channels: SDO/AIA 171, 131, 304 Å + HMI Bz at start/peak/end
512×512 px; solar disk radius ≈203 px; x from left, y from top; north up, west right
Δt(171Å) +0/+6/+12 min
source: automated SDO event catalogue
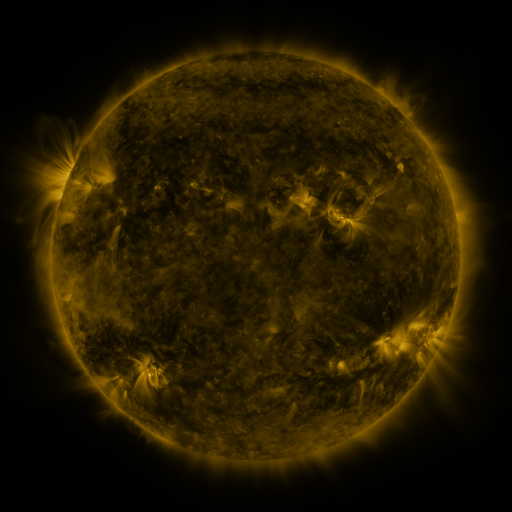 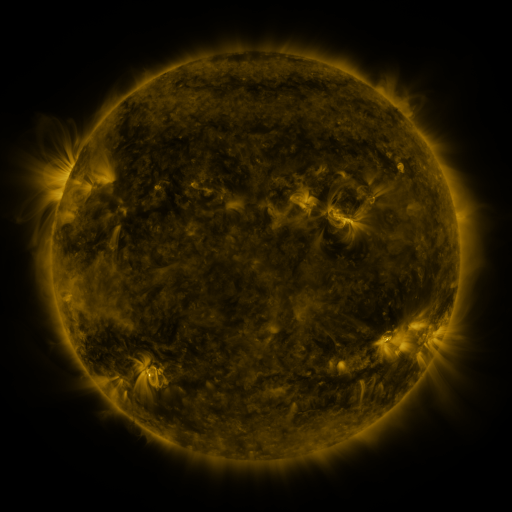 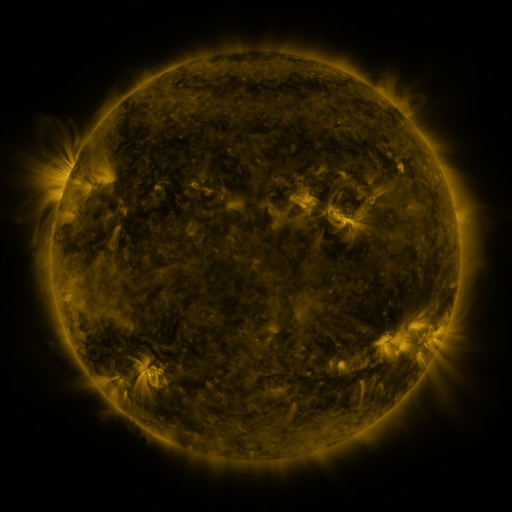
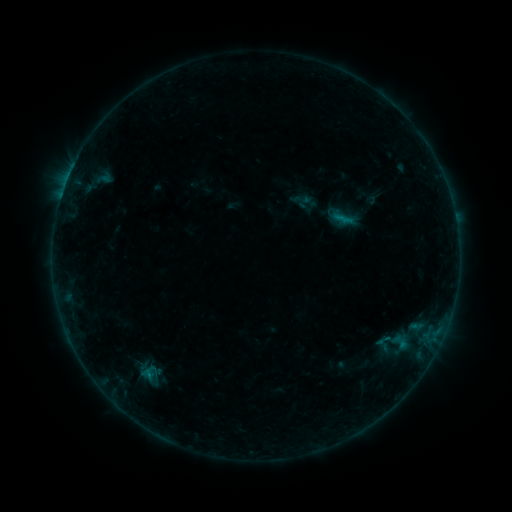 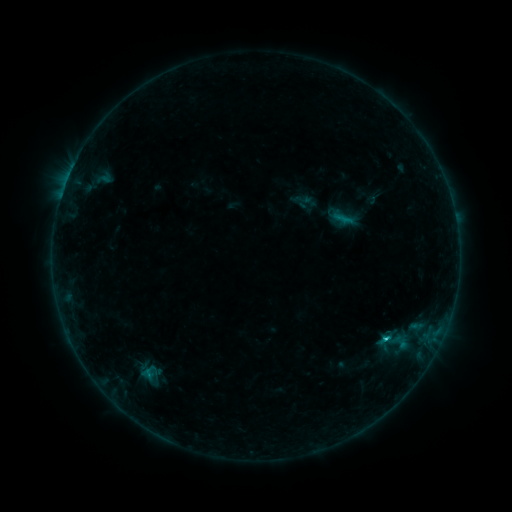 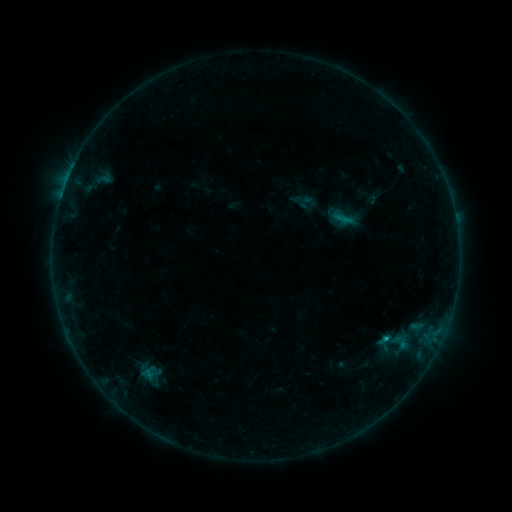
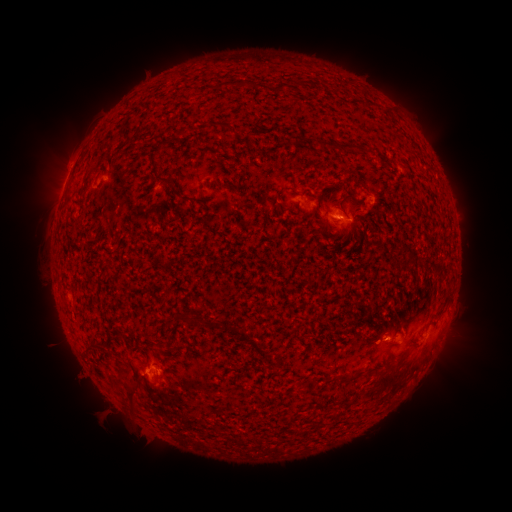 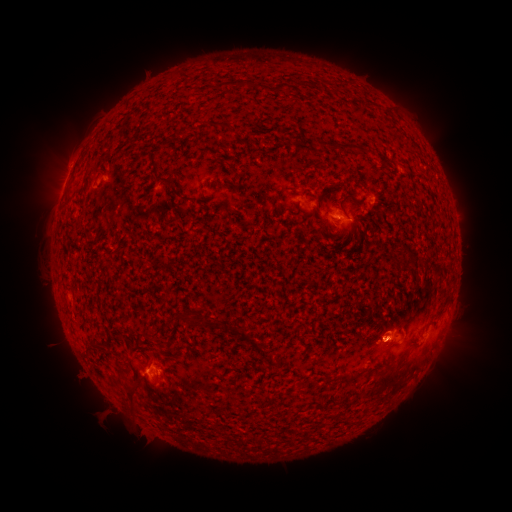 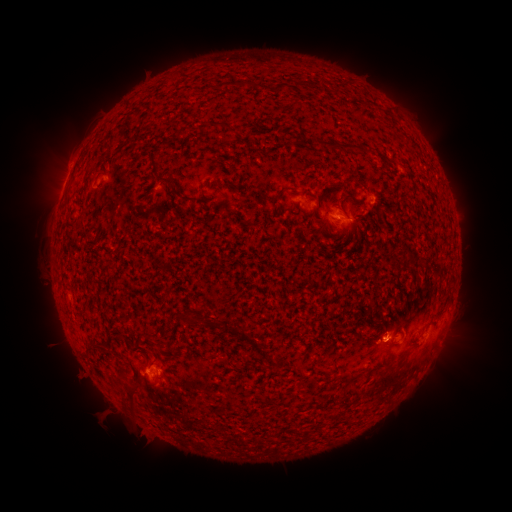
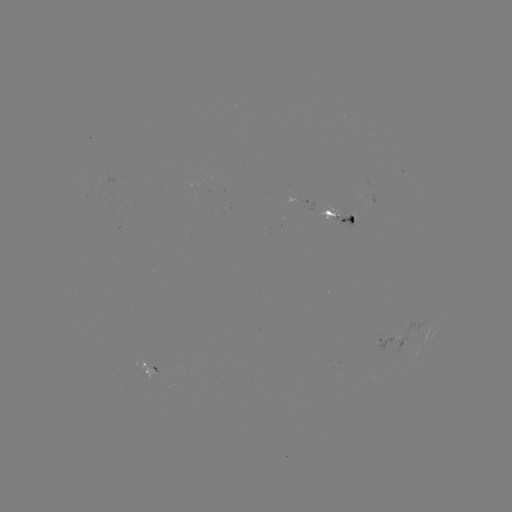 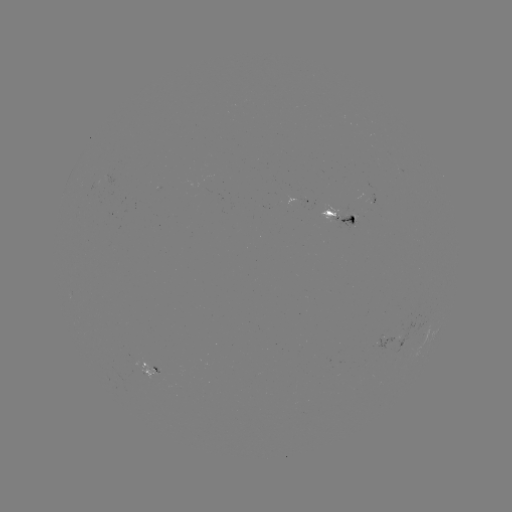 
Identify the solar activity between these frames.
B7.6 flare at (384, 339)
